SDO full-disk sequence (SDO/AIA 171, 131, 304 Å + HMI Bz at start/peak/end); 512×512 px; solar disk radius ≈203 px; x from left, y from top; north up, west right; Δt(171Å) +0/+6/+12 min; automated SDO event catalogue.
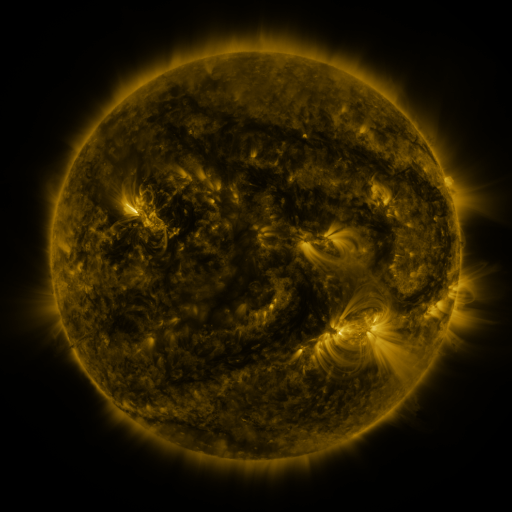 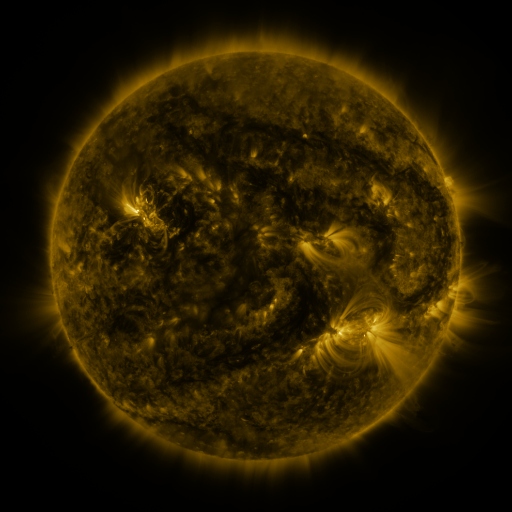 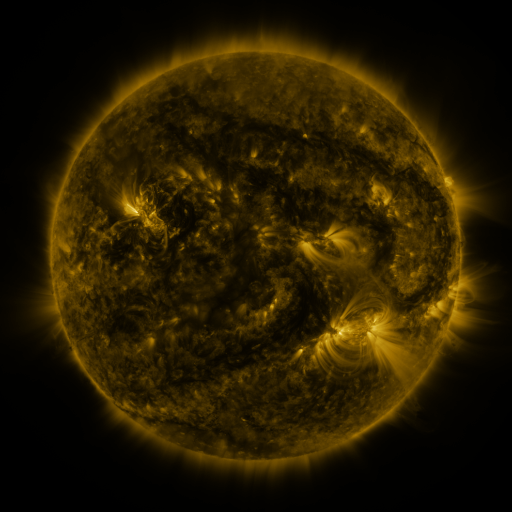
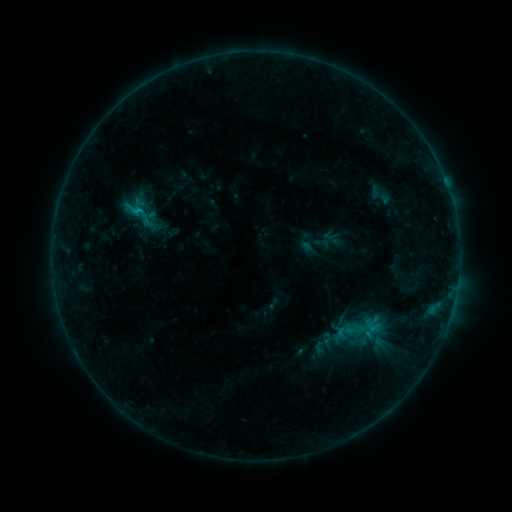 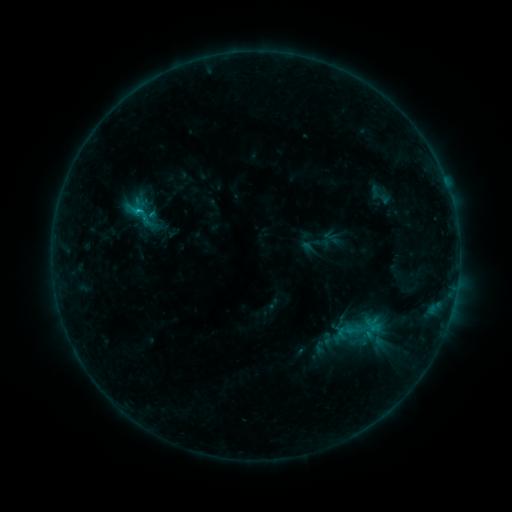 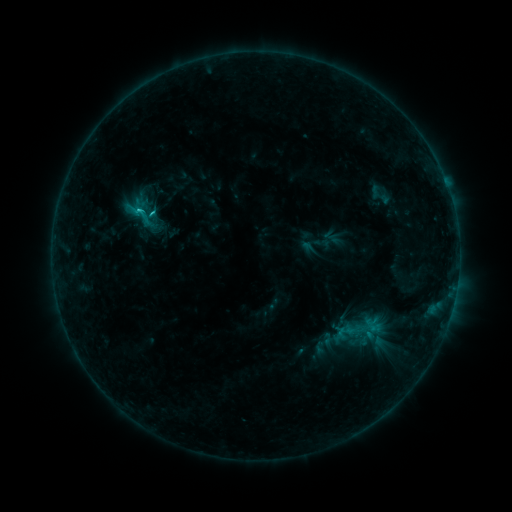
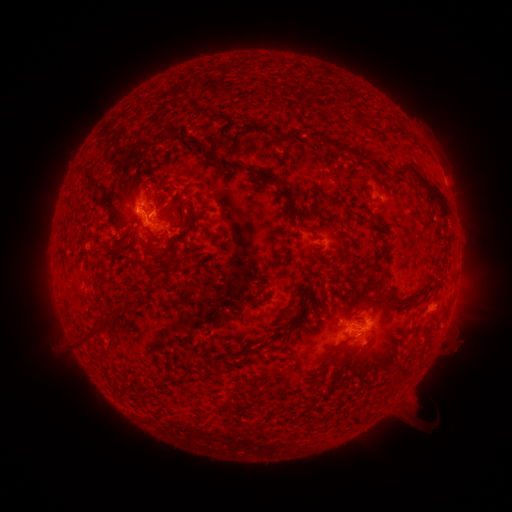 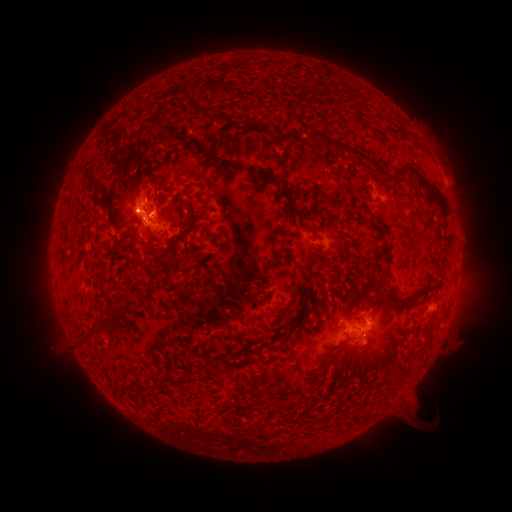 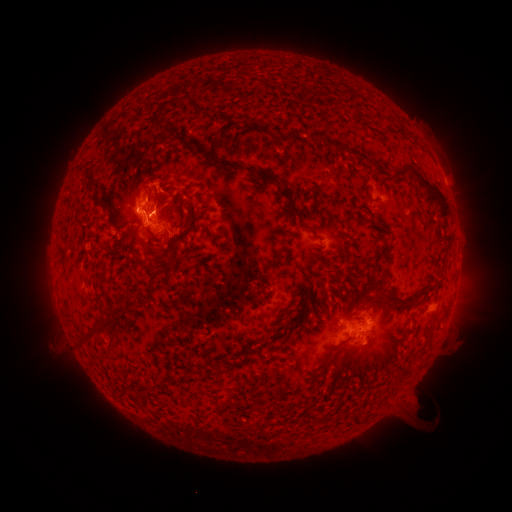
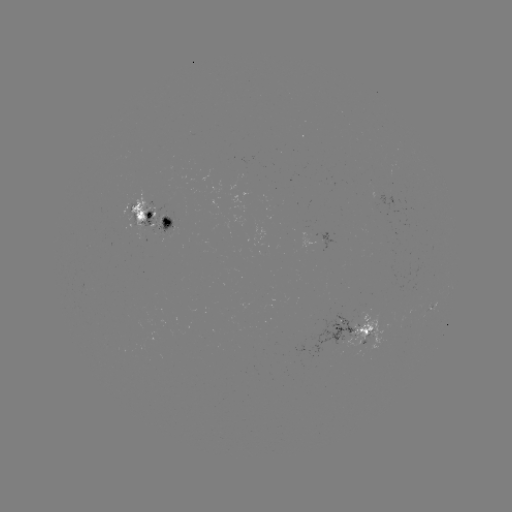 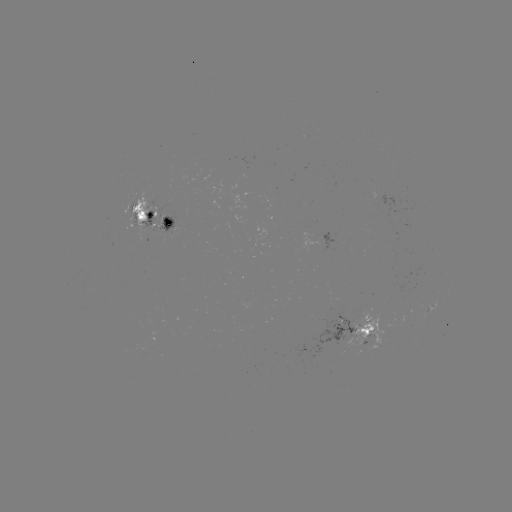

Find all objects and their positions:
C1.5 flare: (139, 214)
